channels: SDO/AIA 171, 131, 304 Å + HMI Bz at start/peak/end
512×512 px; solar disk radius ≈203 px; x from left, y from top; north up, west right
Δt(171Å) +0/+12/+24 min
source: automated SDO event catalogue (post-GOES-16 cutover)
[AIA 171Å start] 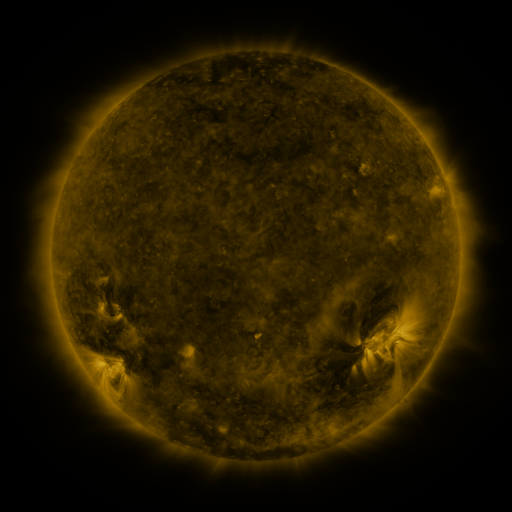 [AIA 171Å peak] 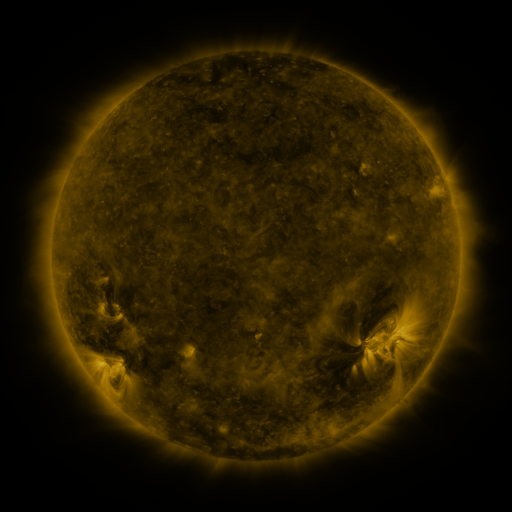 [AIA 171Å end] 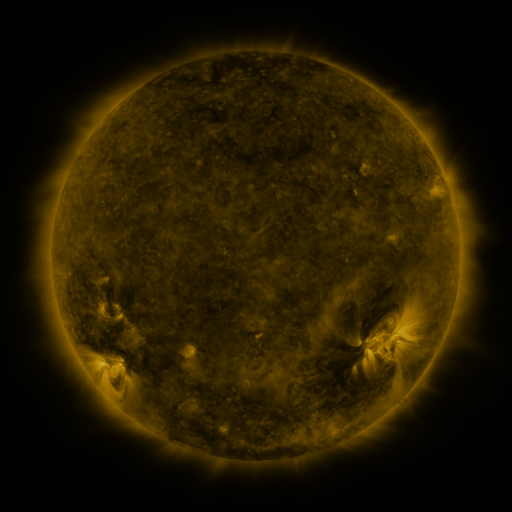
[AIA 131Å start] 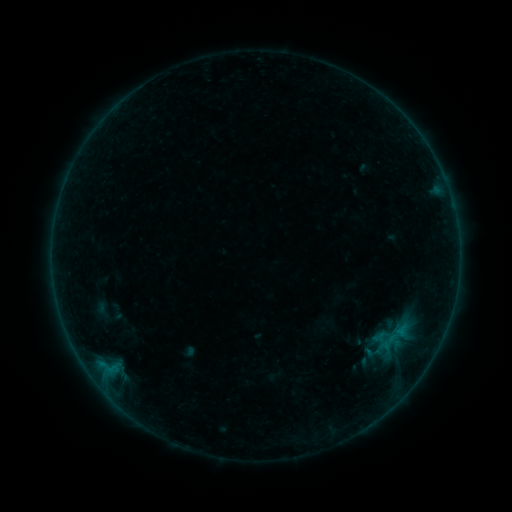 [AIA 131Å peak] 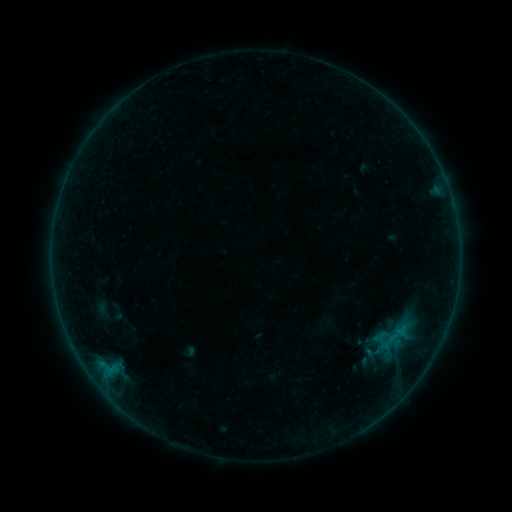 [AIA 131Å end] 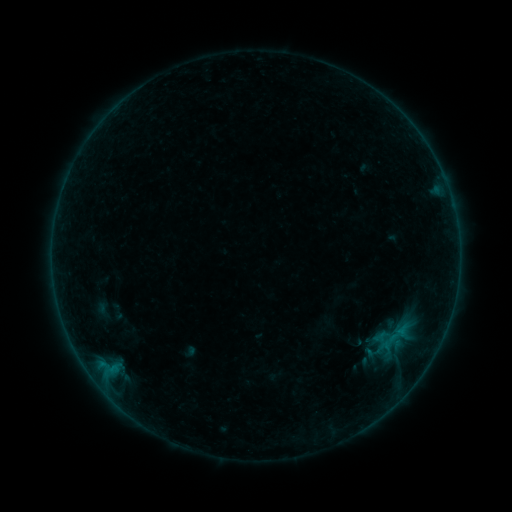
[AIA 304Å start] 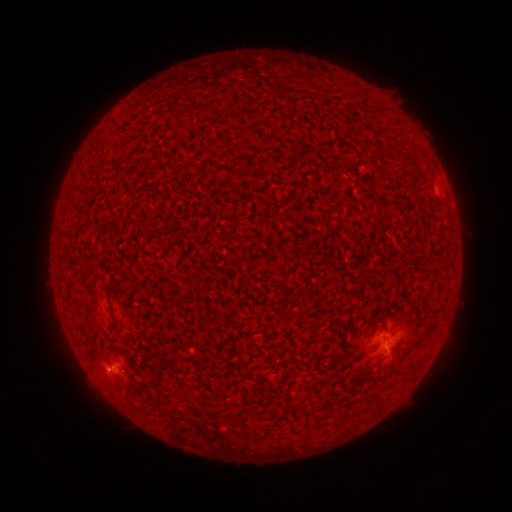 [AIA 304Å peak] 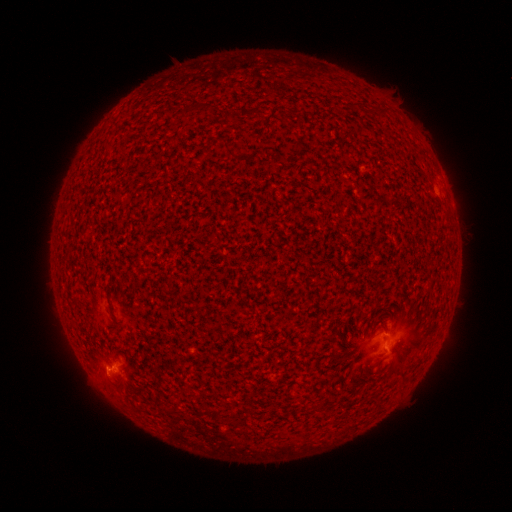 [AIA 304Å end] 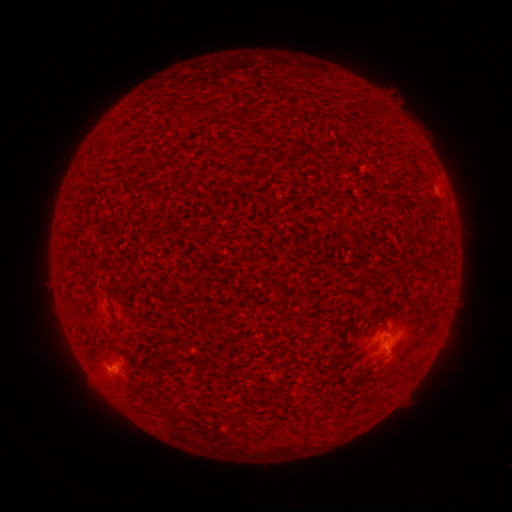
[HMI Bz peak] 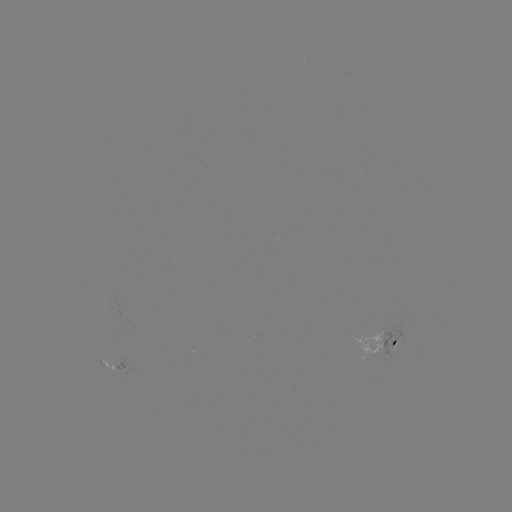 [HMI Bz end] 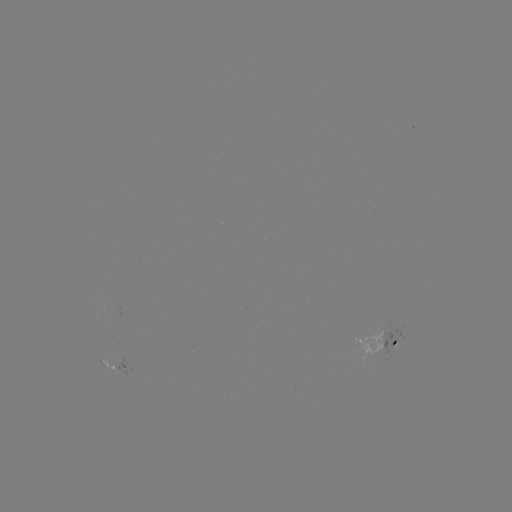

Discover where B2.0 flare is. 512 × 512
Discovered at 112,368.